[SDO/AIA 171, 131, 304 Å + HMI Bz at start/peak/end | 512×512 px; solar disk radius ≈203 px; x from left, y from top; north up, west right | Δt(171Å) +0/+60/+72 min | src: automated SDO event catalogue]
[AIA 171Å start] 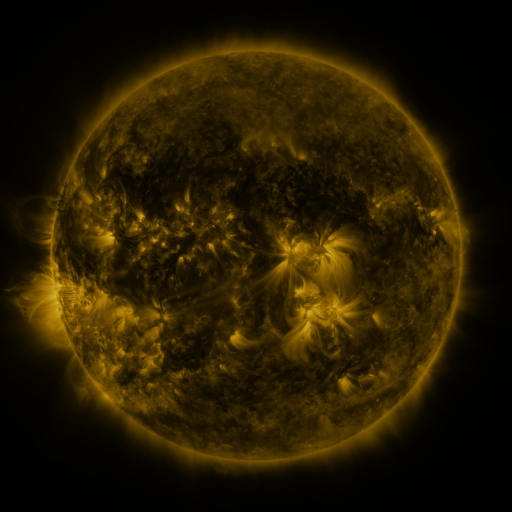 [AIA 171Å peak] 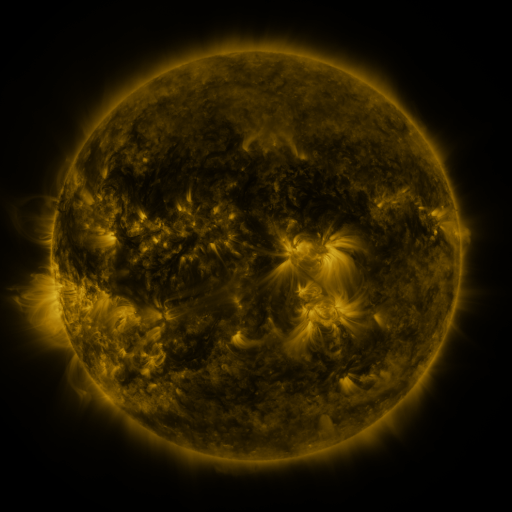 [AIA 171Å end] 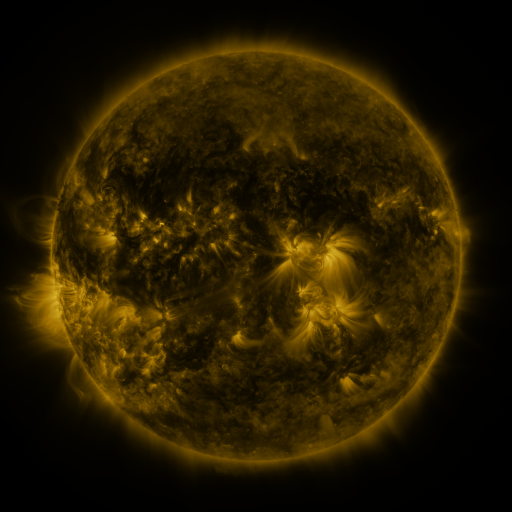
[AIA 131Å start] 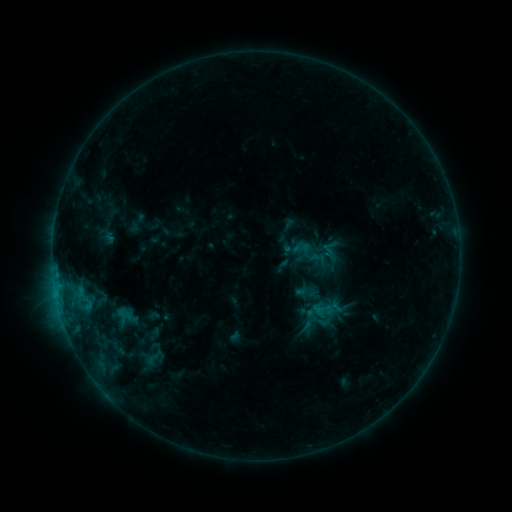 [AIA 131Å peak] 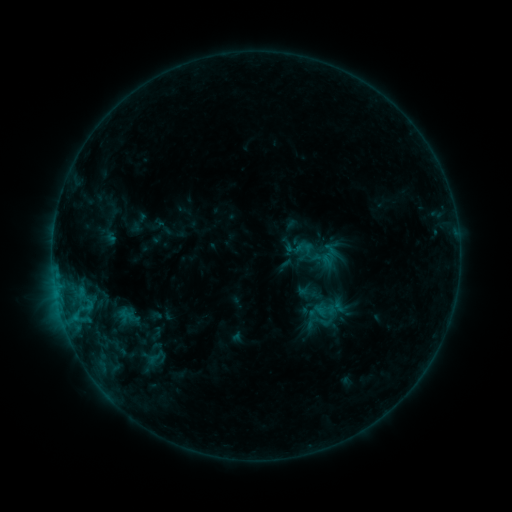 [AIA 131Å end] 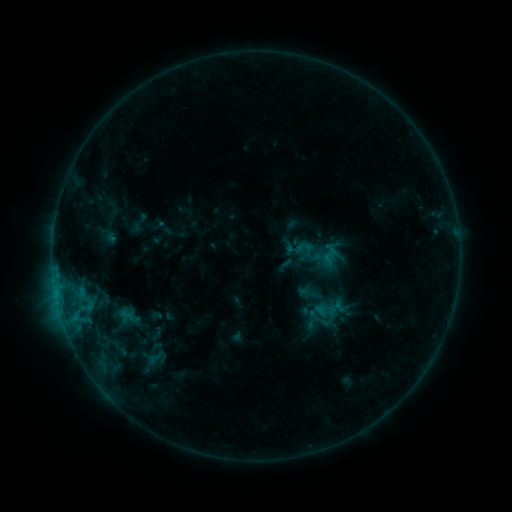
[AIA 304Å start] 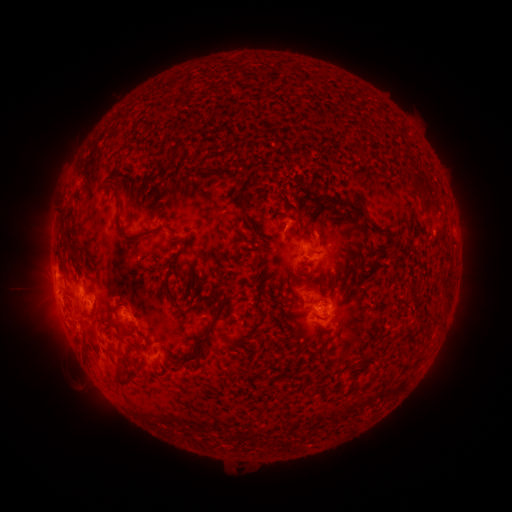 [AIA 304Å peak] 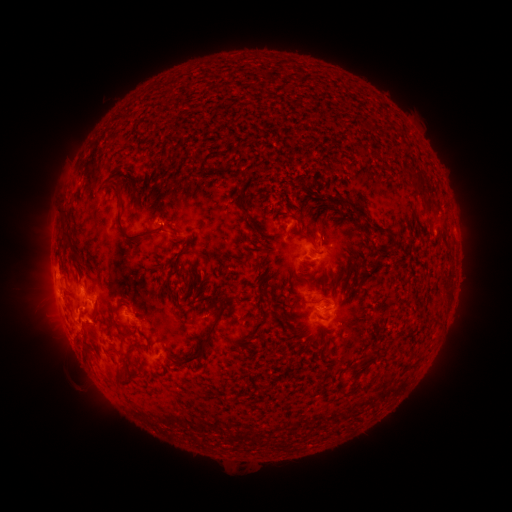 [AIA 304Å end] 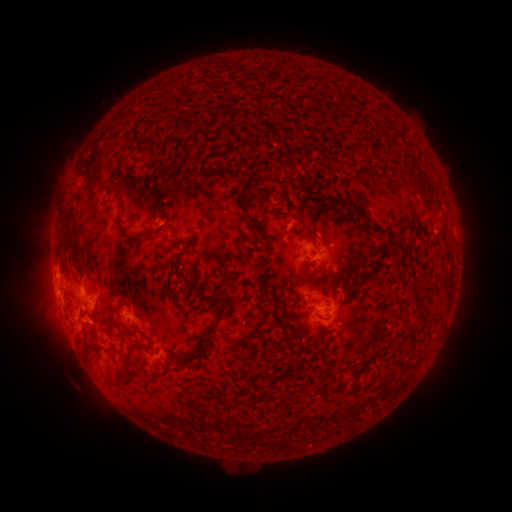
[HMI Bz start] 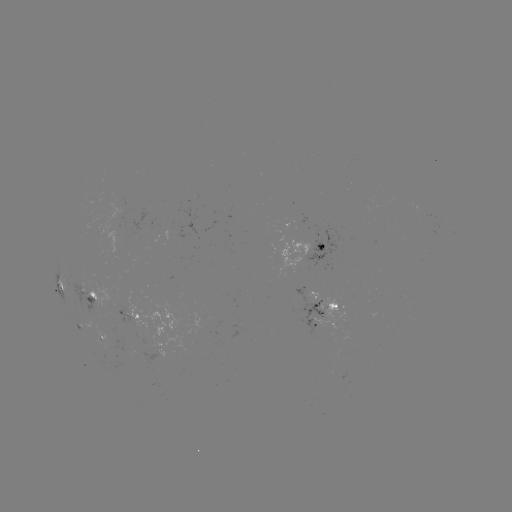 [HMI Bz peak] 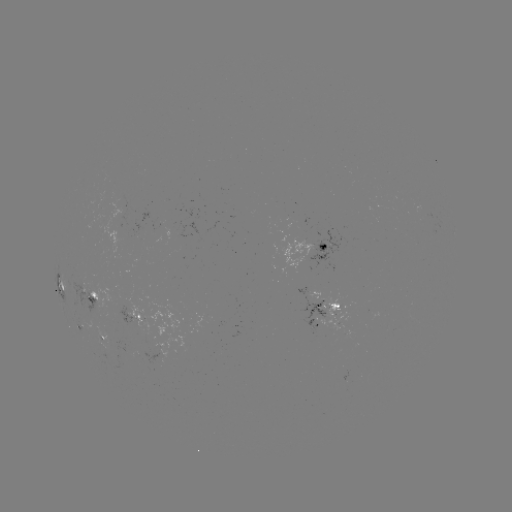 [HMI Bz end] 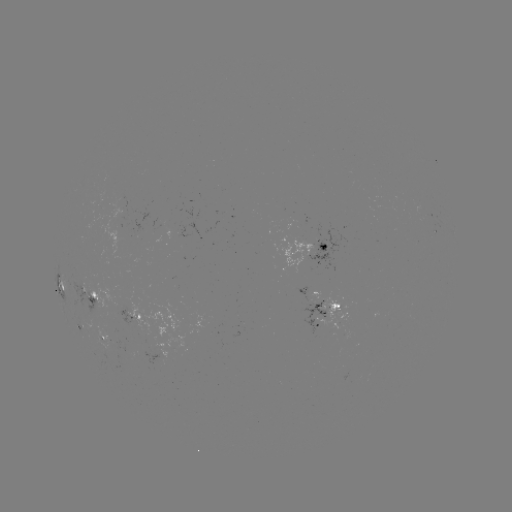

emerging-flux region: <bbox>86, 279, 93, 290</bbox>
